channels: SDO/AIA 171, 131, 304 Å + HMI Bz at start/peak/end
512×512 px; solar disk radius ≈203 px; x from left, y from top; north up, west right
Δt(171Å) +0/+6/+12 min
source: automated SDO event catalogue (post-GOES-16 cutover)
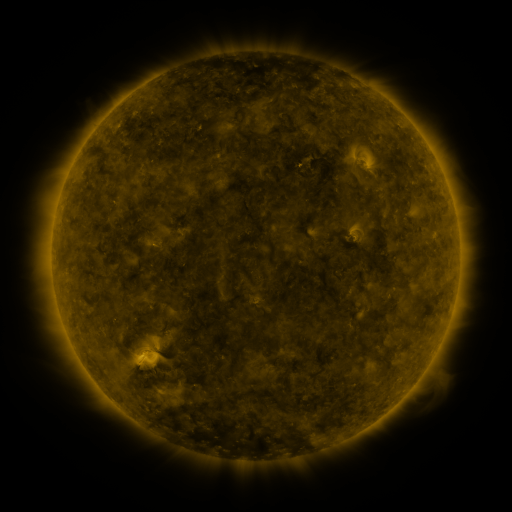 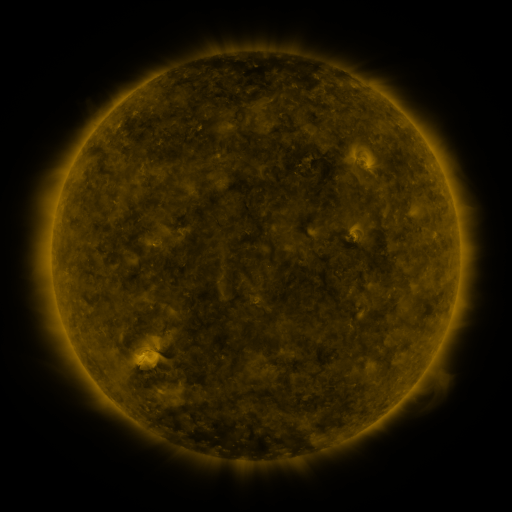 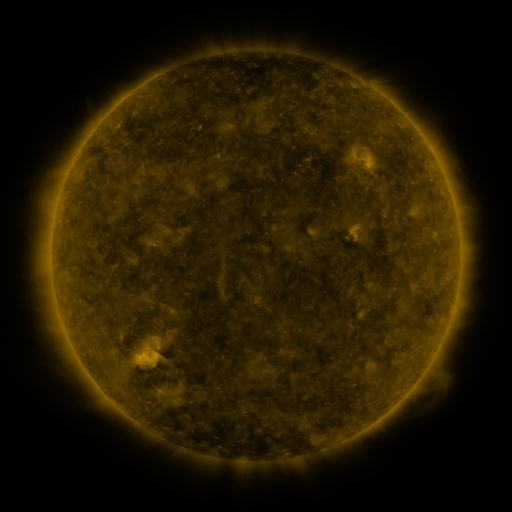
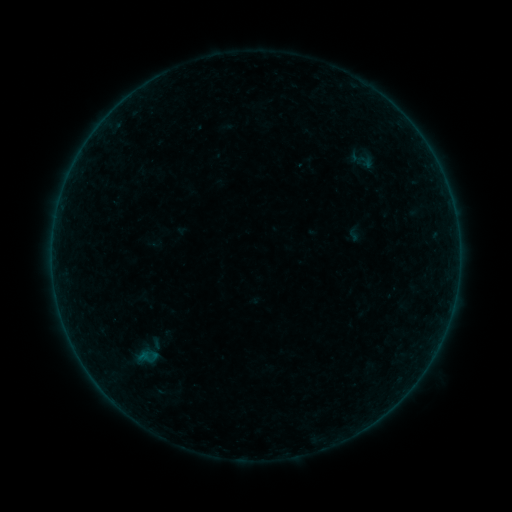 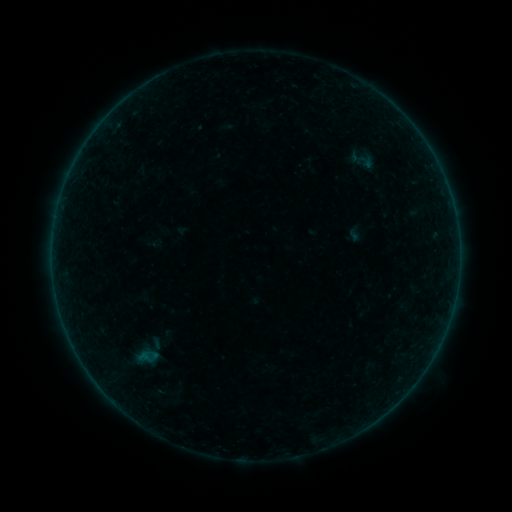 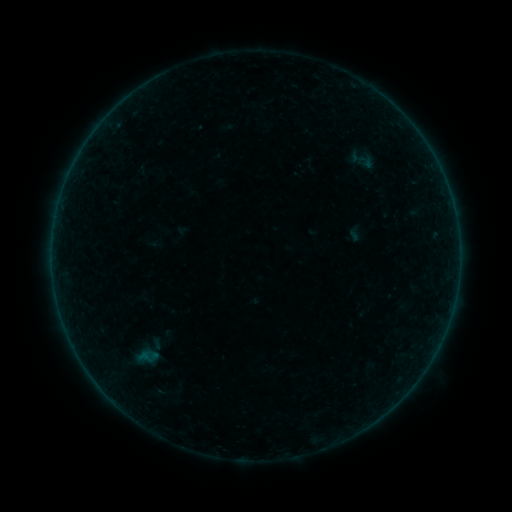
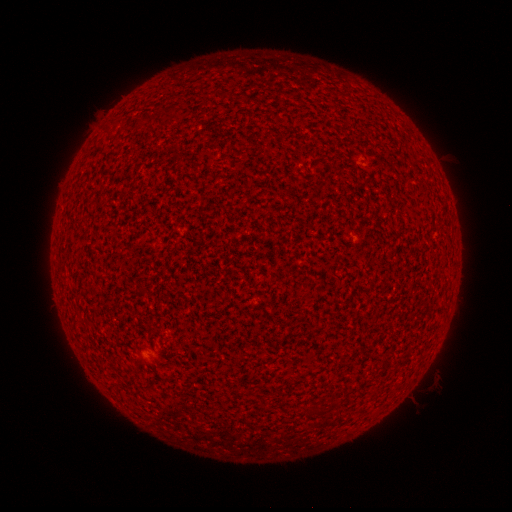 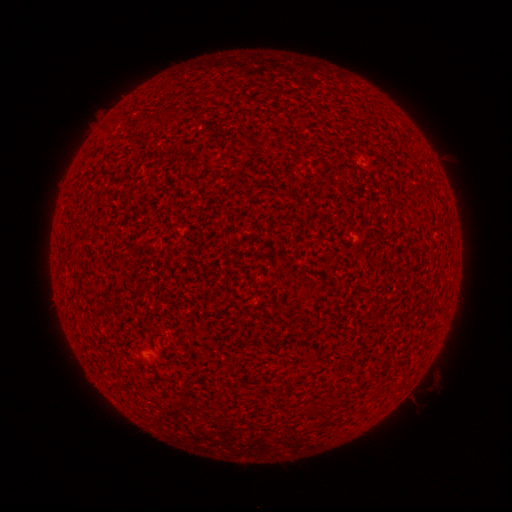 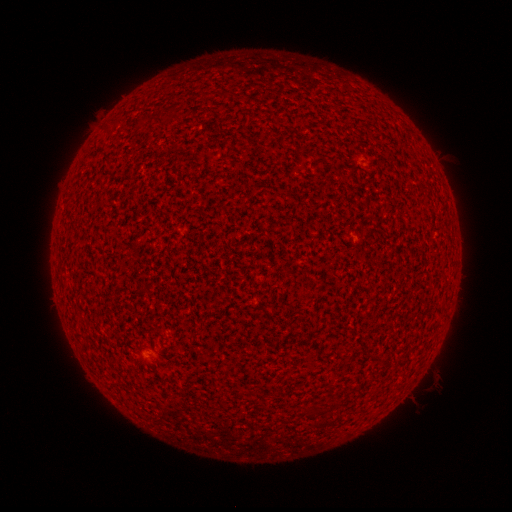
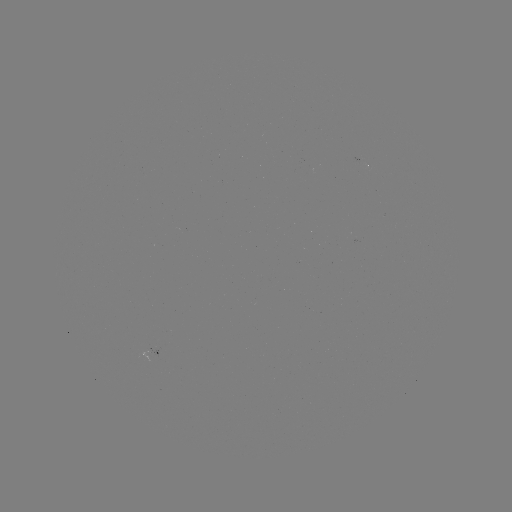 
nothing was catalogued: no classed flare, no EUV trigger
